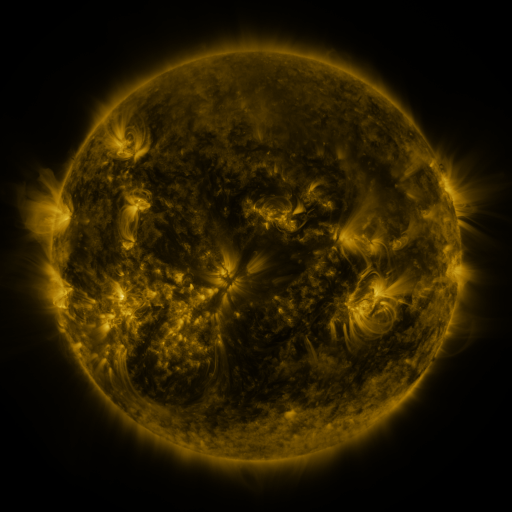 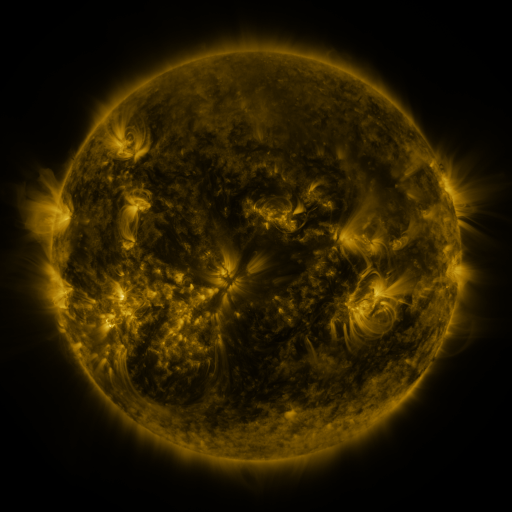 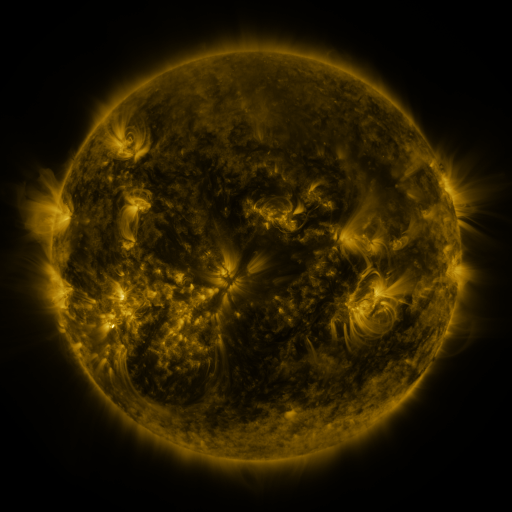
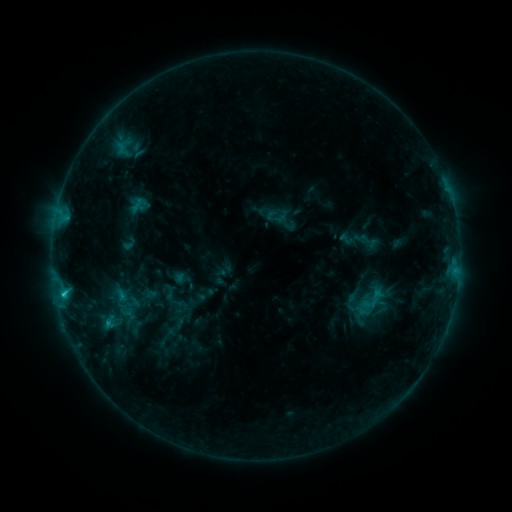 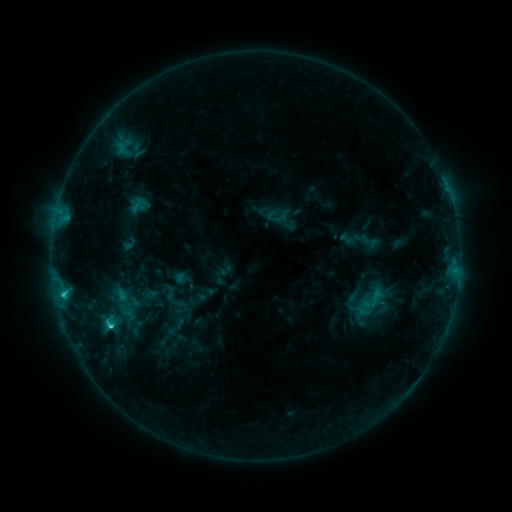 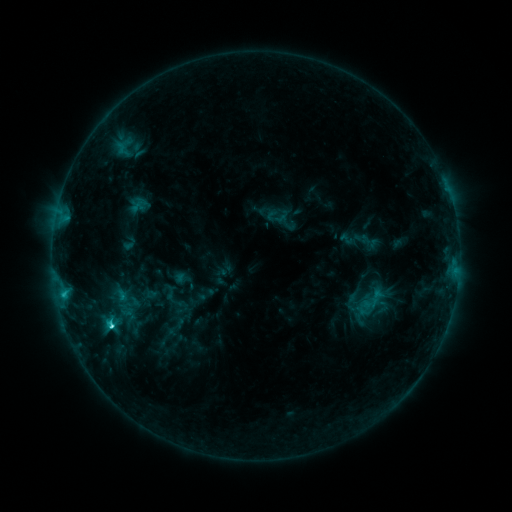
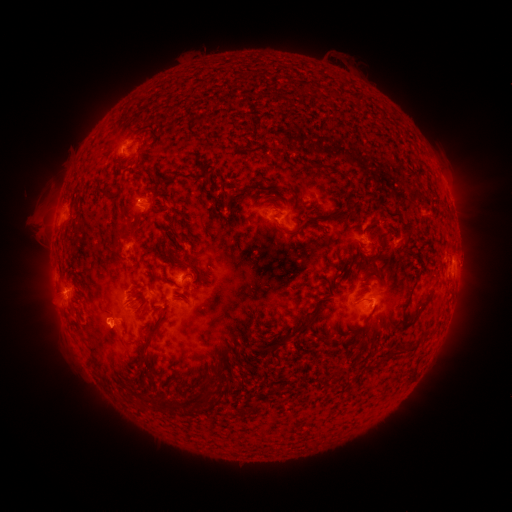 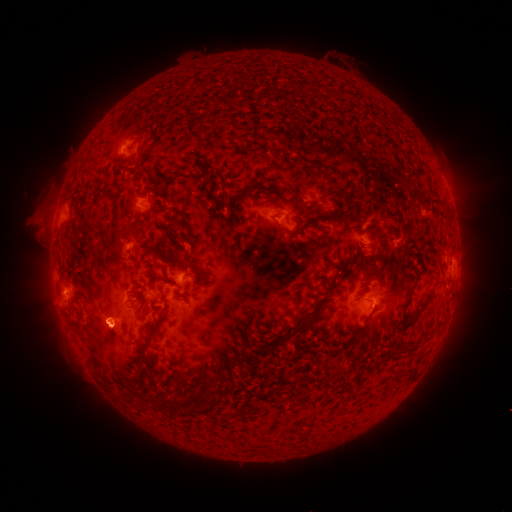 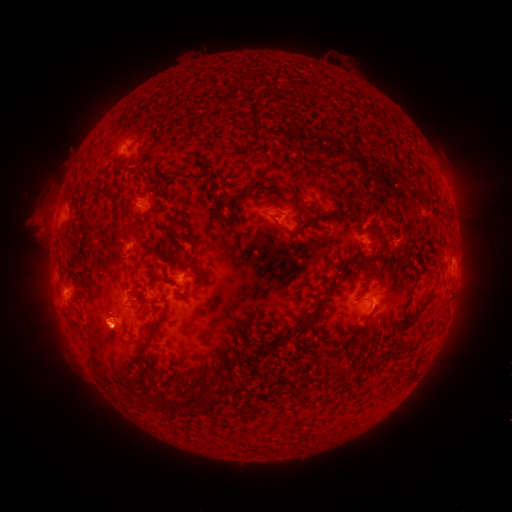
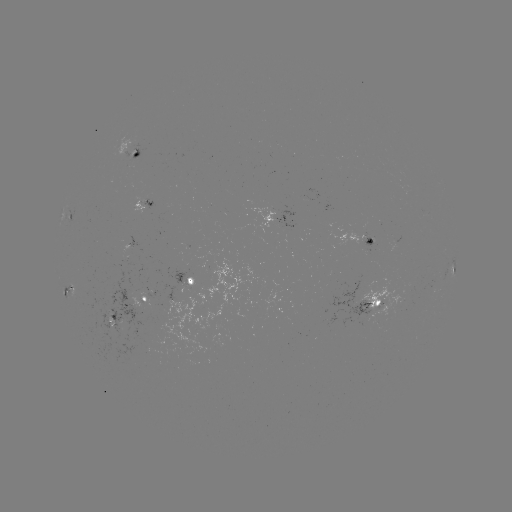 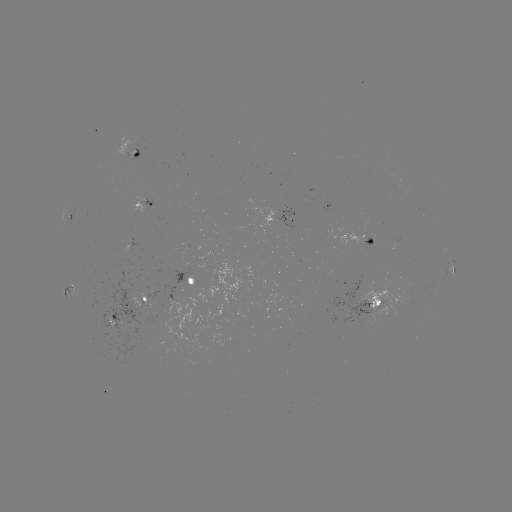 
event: flare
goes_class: C3.1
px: (111, 323)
